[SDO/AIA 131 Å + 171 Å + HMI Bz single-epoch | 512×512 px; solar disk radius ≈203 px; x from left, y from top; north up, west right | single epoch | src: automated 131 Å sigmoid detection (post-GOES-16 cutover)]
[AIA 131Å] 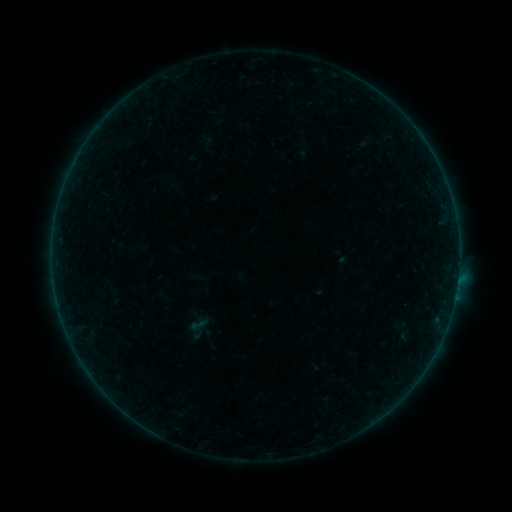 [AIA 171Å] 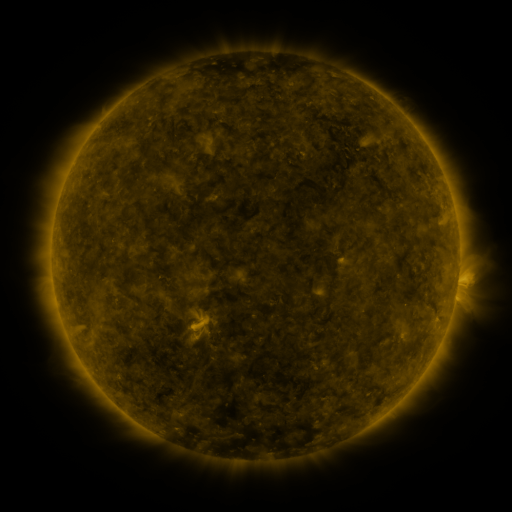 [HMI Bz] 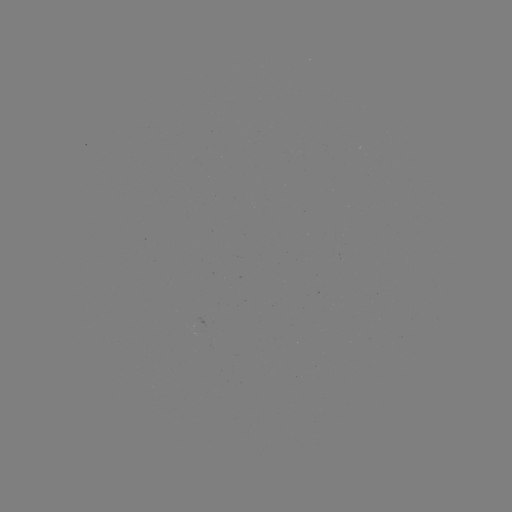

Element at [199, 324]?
sigmoid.